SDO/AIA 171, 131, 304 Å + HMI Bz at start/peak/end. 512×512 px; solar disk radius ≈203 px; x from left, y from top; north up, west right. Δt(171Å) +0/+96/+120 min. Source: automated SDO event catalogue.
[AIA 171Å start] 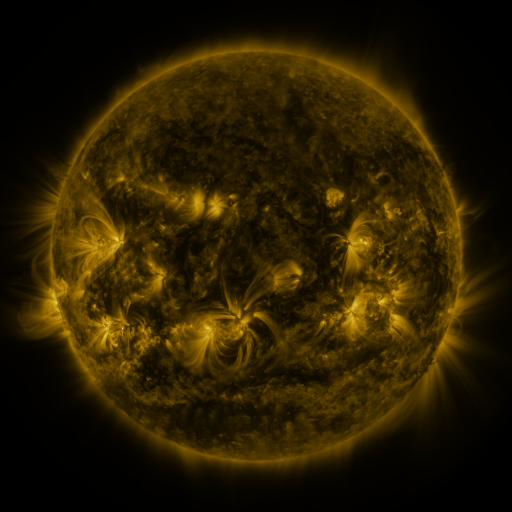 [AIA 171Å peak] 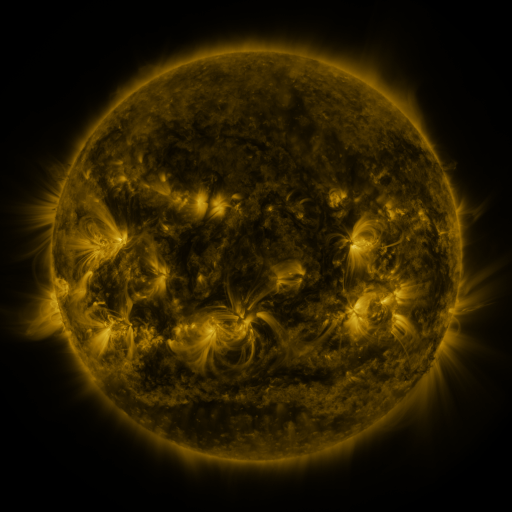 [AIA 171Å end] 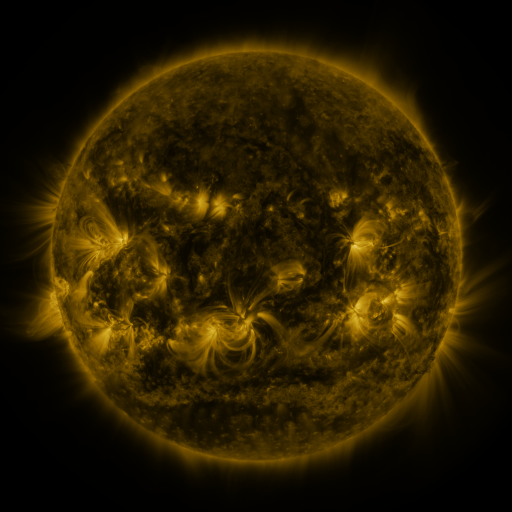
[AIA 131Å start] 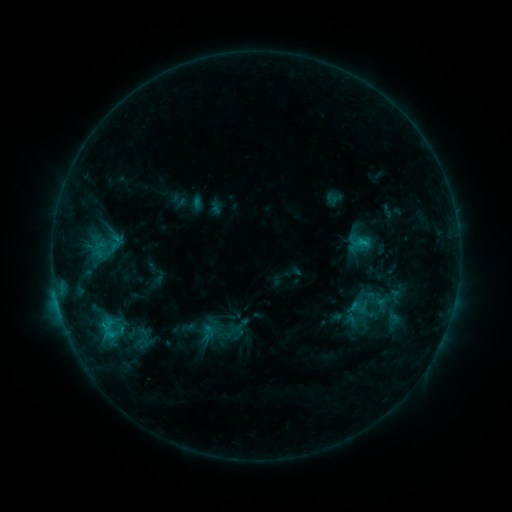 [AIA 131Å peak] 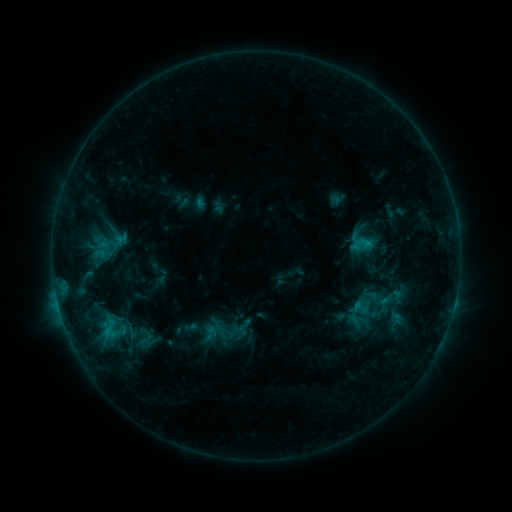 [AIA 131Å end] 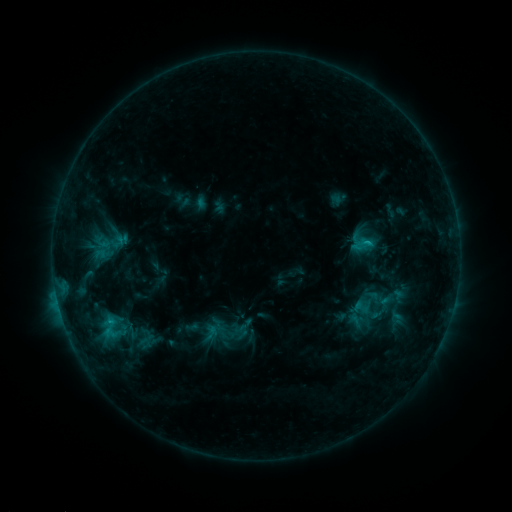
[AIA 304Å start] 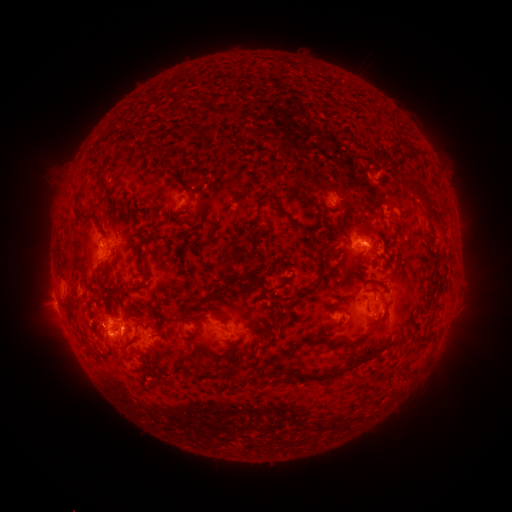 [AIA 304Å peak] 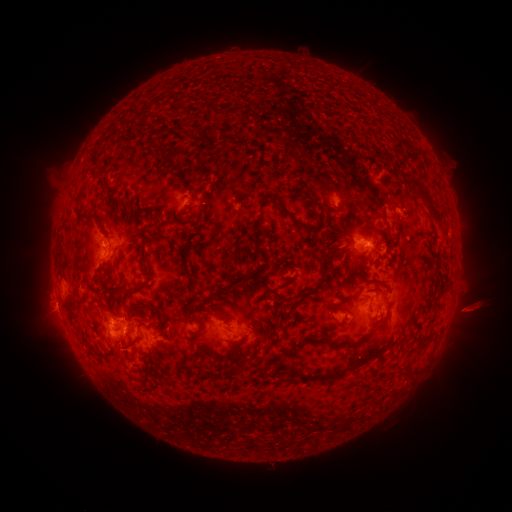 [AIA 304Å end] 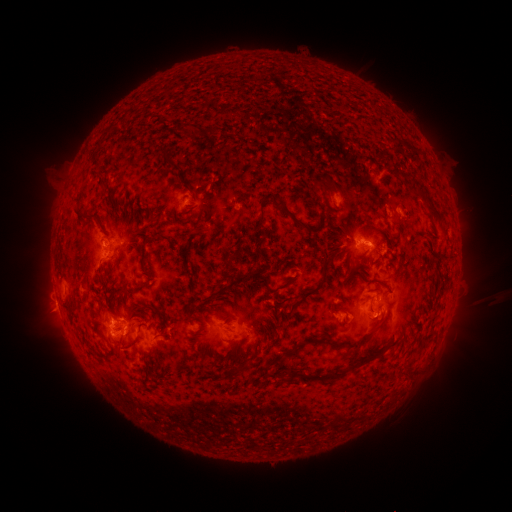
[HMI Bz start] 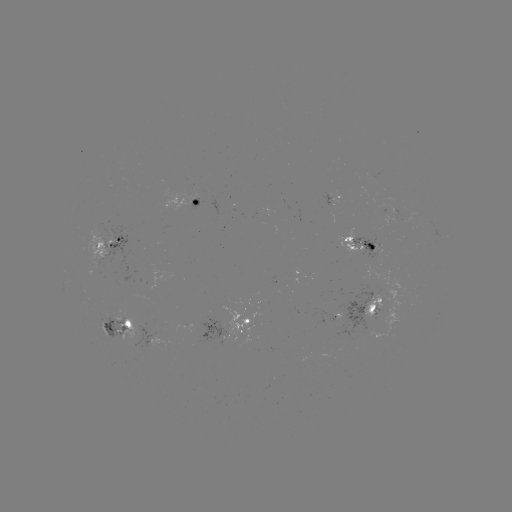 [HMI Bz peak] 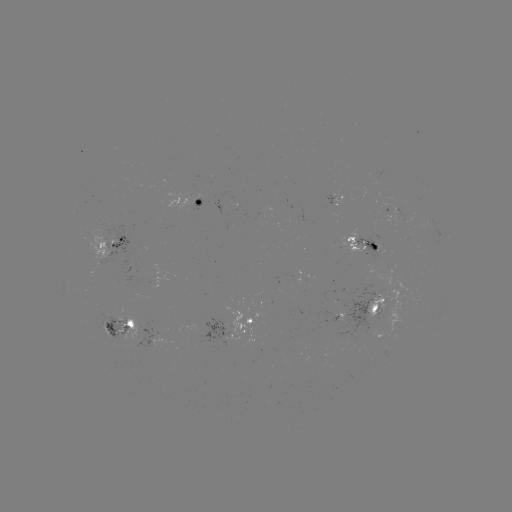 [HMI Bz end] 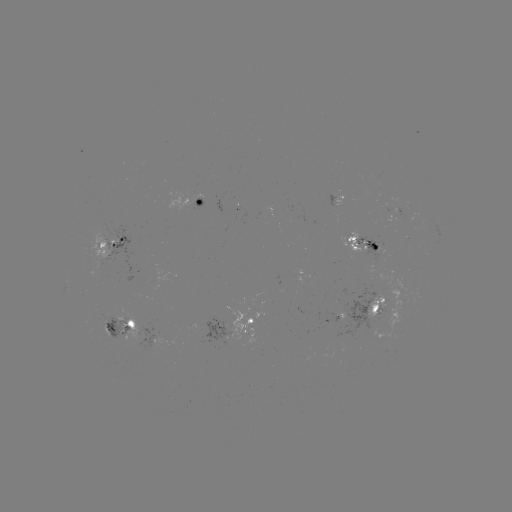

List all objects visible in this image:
emerging-flux region: (386, 308)
